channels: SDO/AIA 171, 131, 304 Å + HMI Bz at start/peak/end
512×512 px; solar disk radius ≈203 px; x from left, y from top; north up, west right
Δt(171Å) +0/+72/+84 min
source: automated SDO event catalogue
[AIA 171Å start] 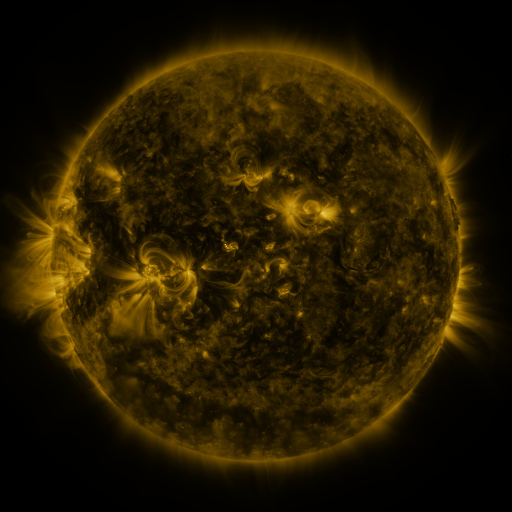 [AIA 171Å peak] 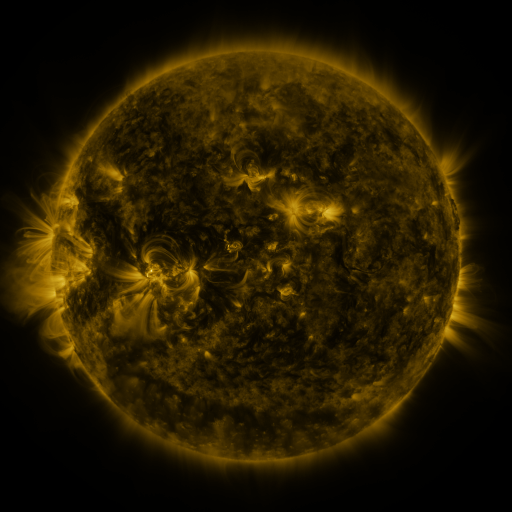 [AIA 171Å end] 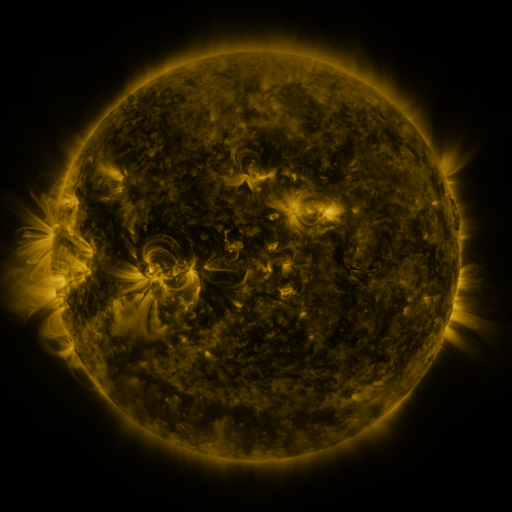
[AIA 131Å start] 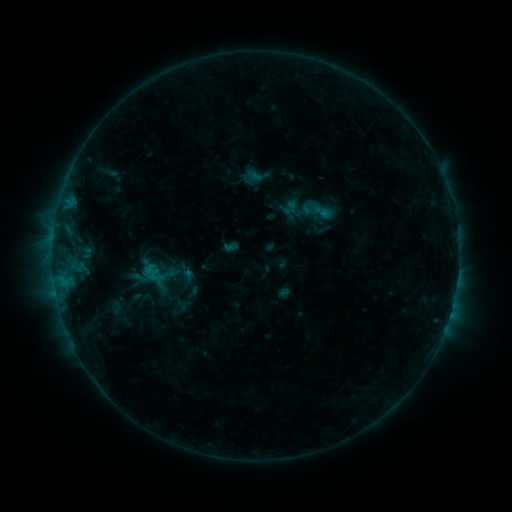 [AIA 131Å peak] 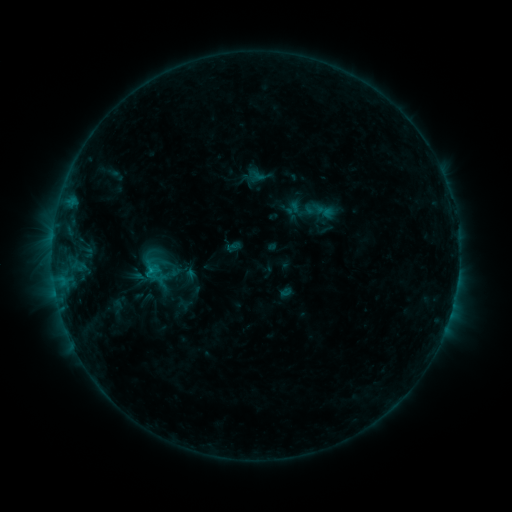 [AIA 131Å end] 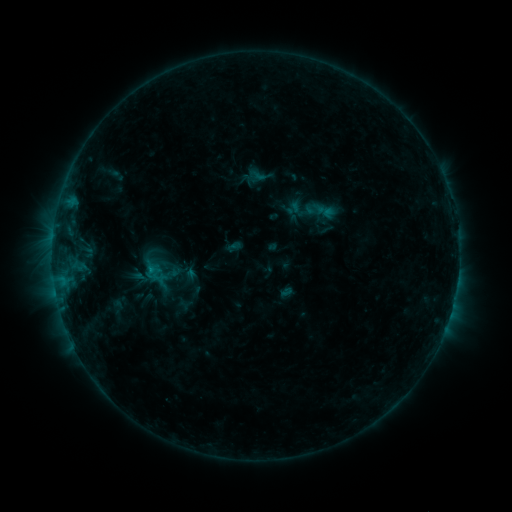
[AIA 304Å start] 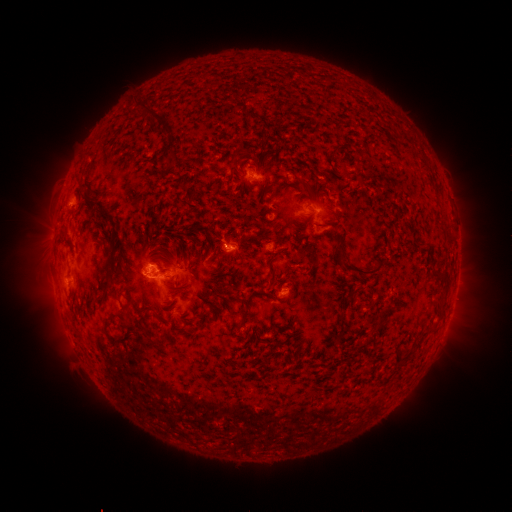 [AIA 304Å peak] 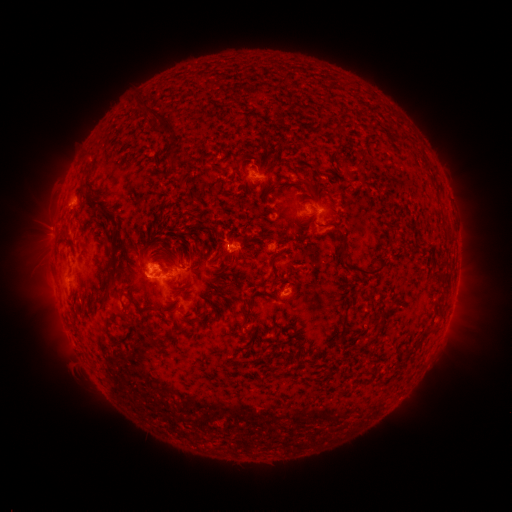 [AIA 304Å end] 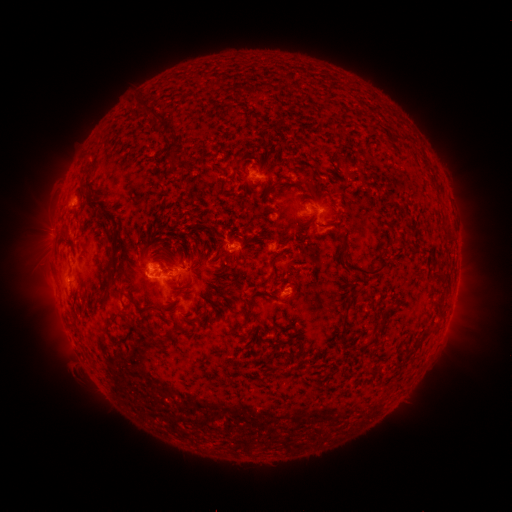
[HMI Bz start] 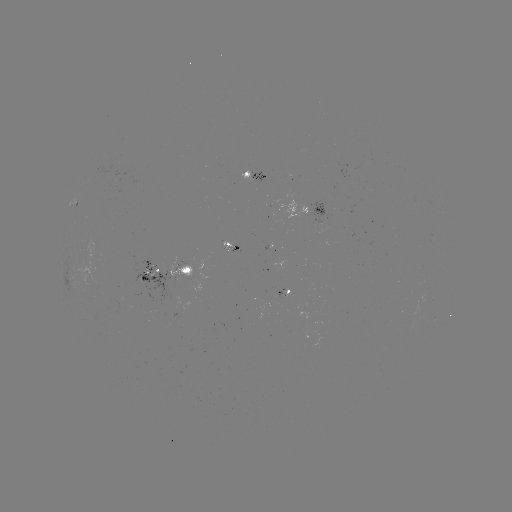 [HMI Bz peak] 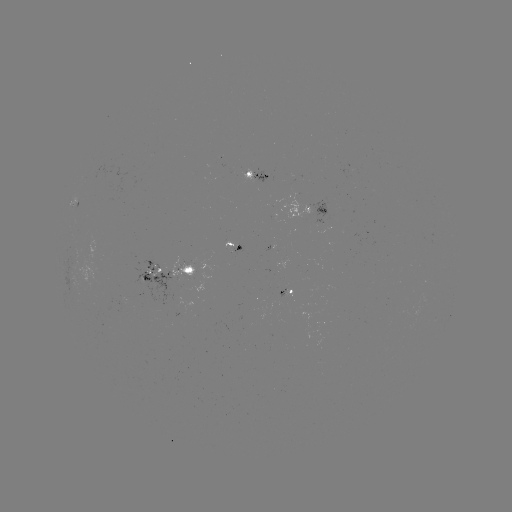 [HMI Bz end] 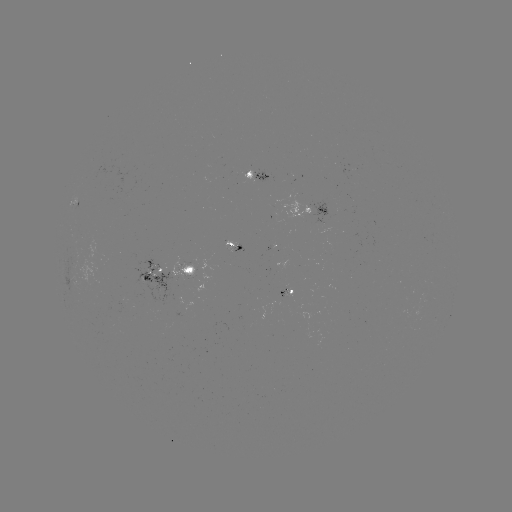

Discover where emerging-flux region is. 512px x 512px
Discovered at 277,299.